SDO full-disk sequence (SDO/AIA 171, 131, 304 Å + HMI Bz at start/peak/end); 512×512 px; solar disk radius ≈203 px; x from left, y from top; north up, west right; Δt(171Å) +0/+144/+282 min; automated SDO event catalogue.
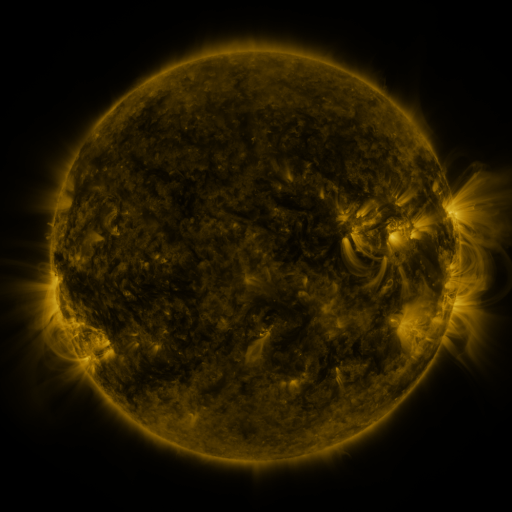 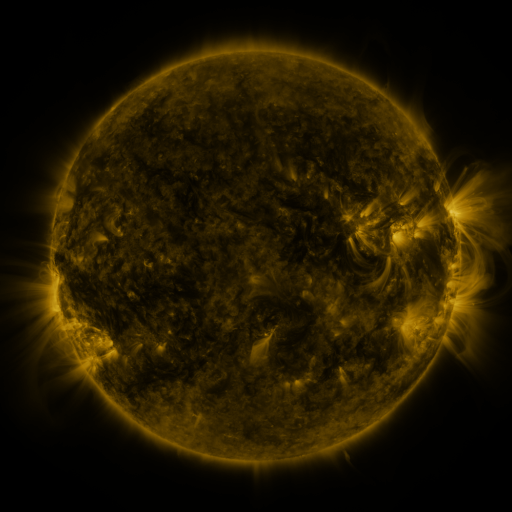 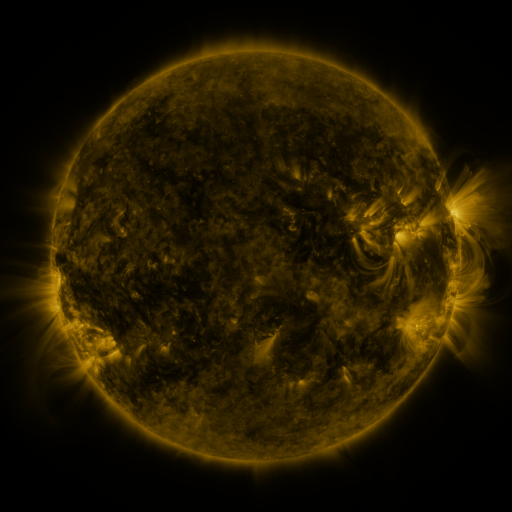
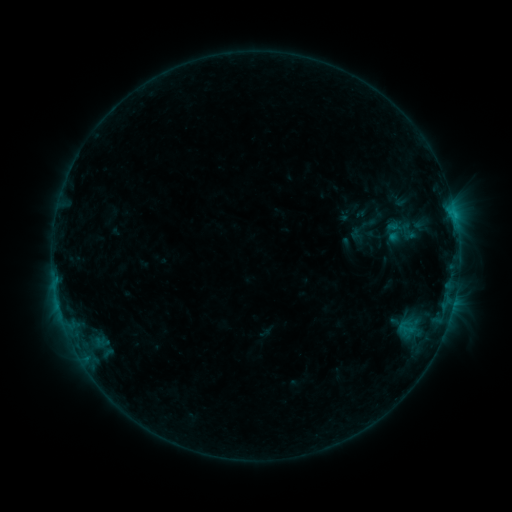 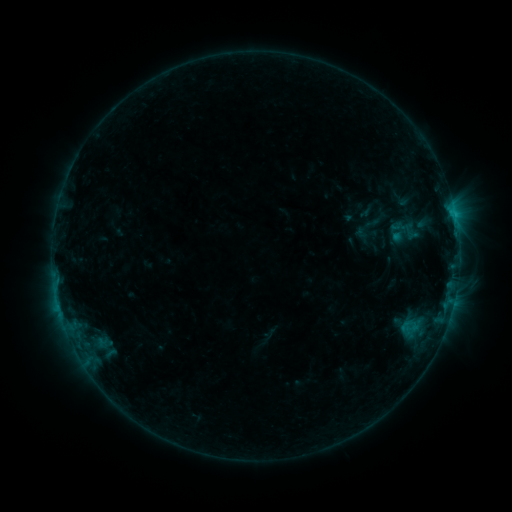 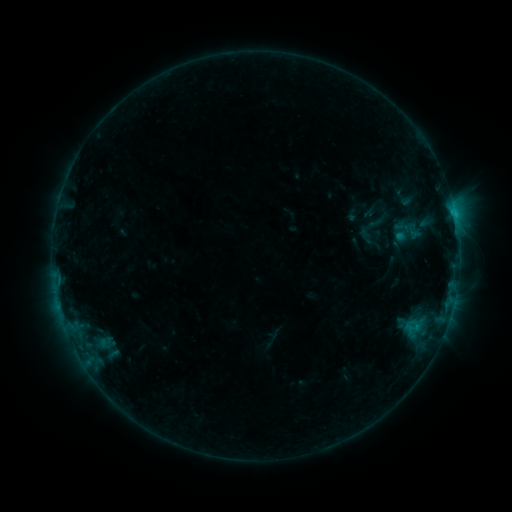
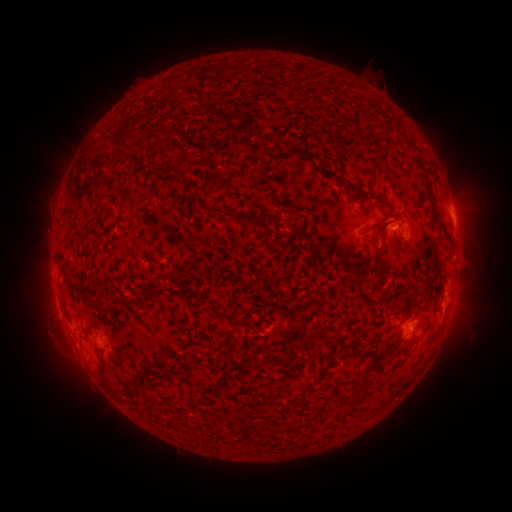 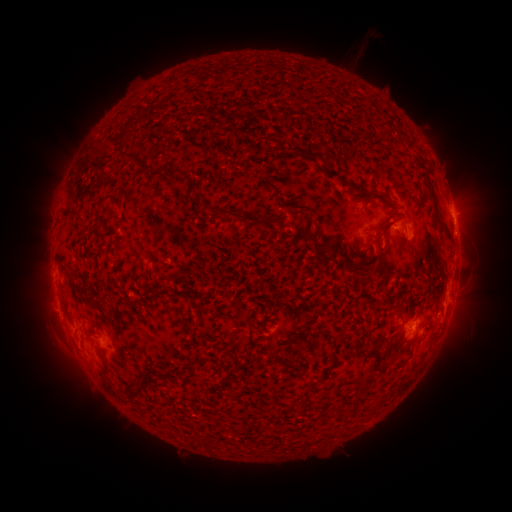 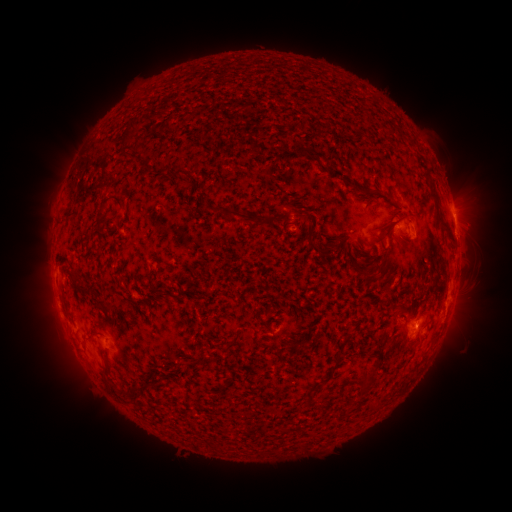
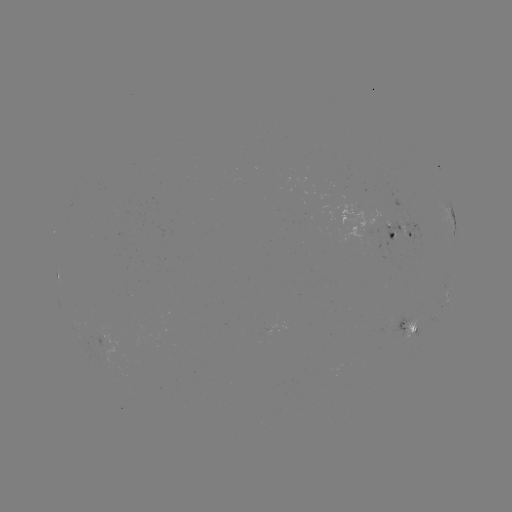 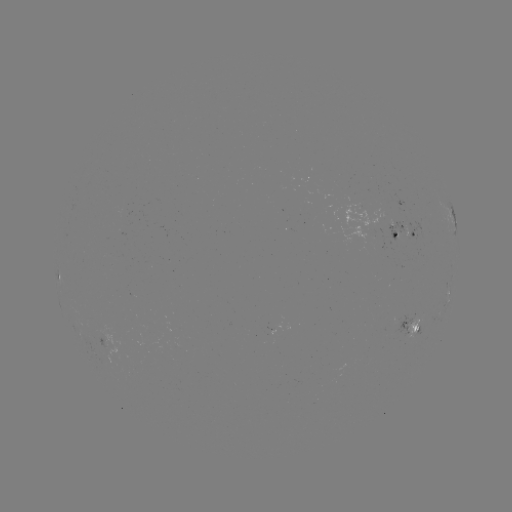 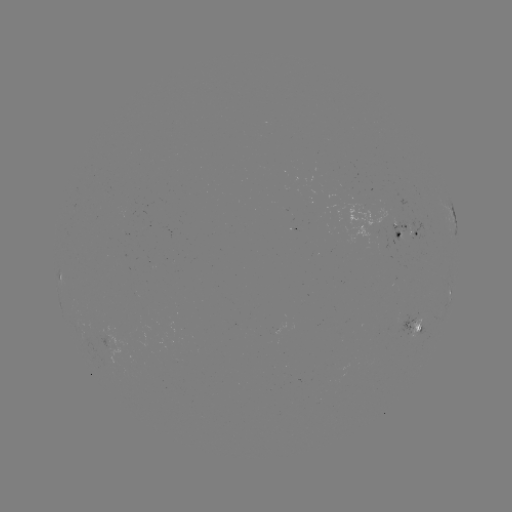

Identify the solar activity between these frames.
filament eruption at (359, 45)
